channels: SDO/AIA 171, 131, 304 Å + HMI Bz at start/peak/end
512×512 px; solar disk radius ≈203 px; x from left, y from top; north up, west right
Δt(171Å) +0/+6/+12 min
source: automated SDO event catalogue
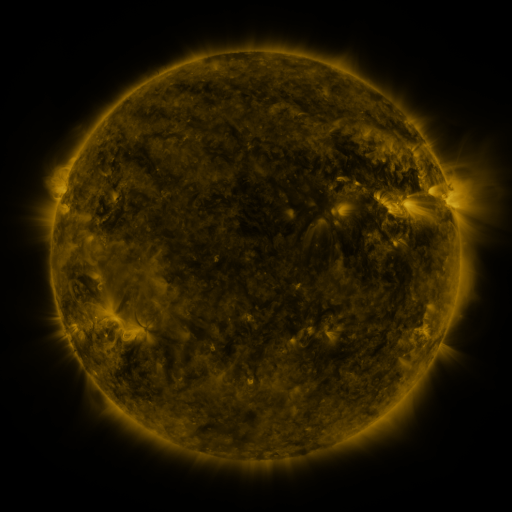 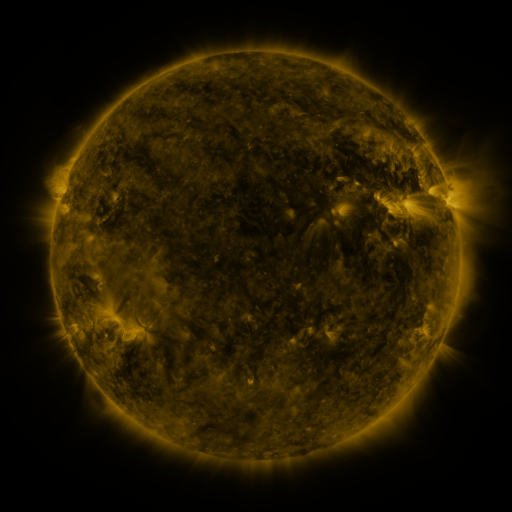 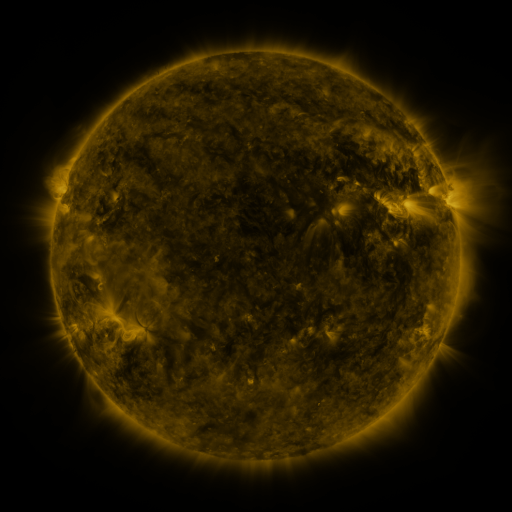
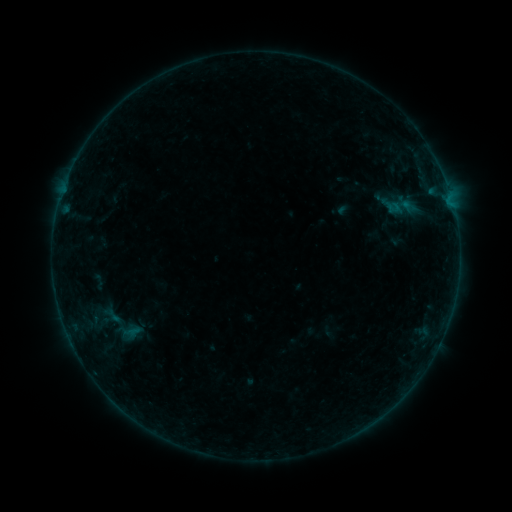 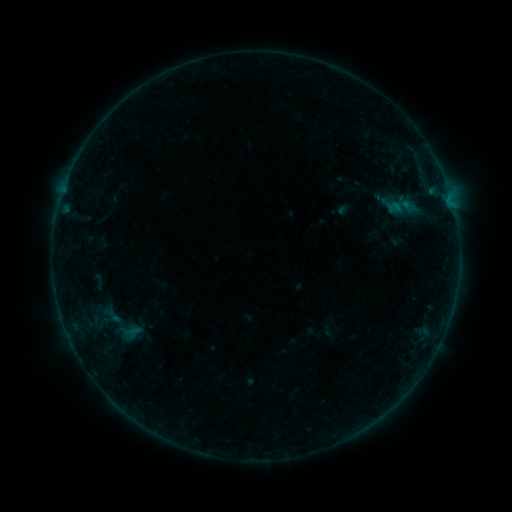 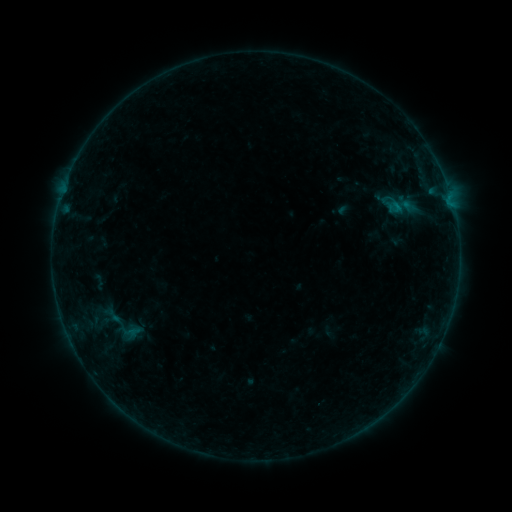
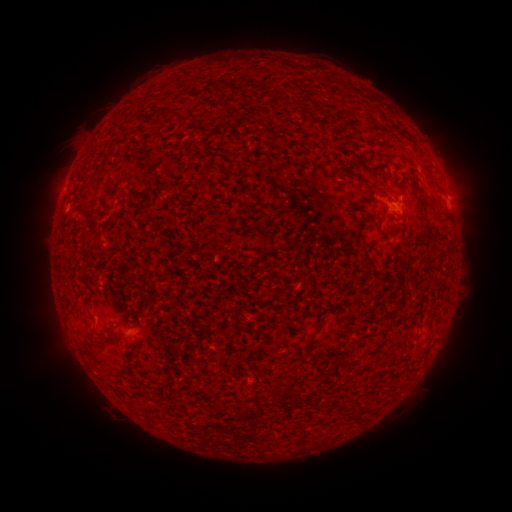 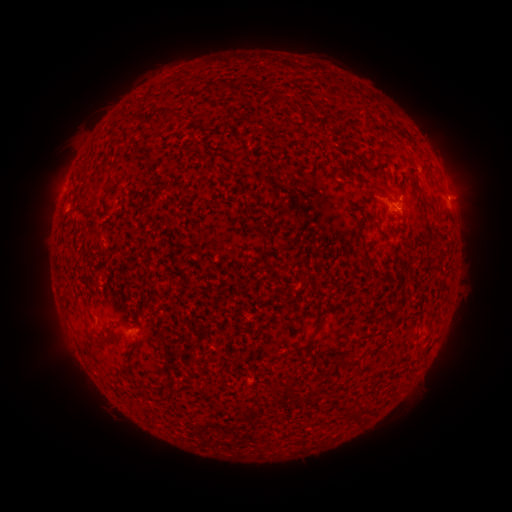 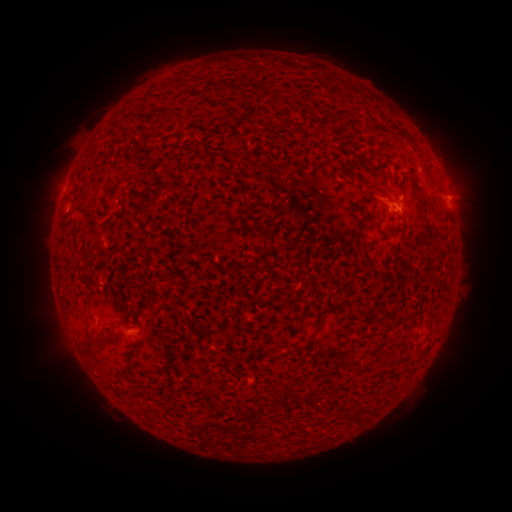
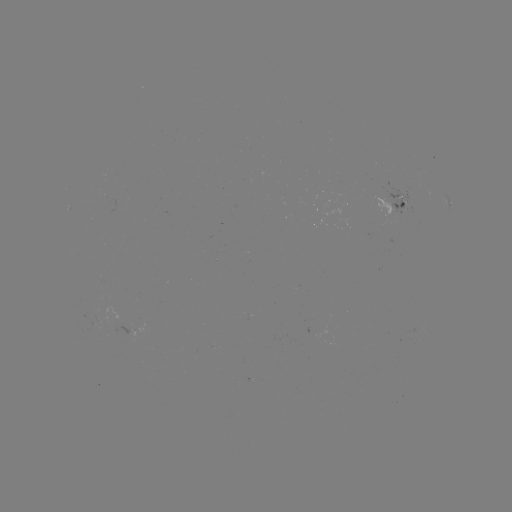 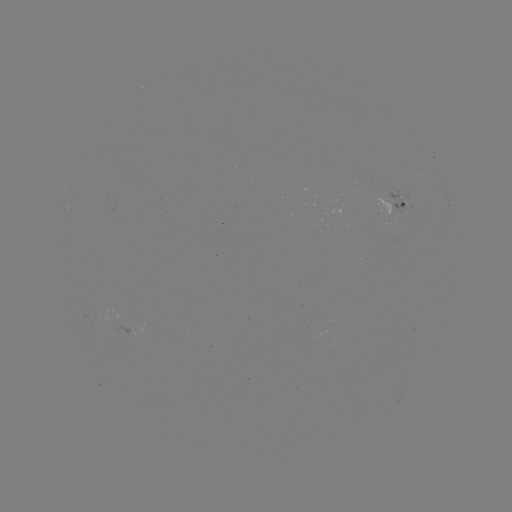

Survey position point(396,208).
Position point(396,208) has B2.2 flare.